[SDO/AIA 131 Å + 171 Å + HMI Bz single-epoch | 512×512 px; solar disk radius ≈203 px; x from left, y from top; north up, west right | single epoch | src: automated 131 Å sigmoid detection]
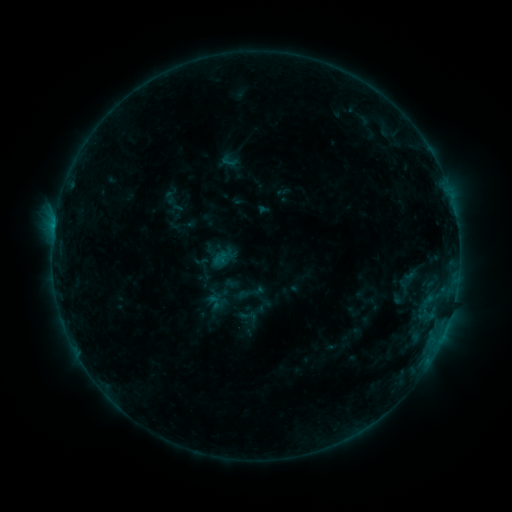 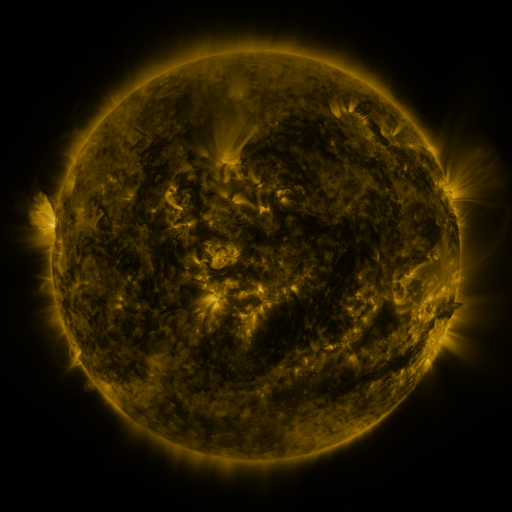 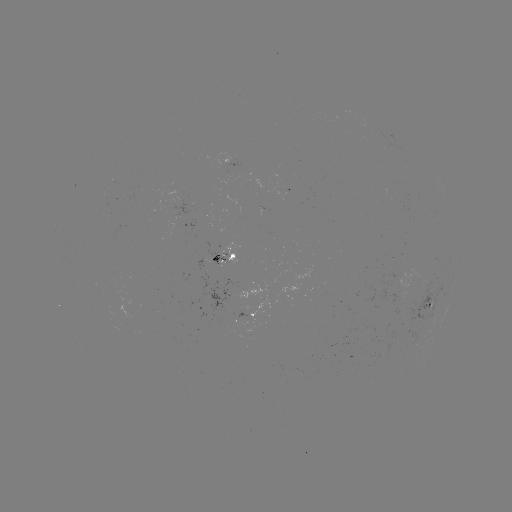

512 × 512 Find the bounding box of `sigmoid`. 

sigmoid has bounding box [238, 306, 259, 326].